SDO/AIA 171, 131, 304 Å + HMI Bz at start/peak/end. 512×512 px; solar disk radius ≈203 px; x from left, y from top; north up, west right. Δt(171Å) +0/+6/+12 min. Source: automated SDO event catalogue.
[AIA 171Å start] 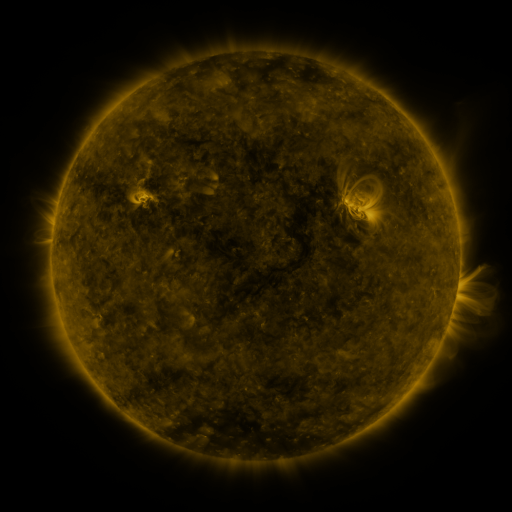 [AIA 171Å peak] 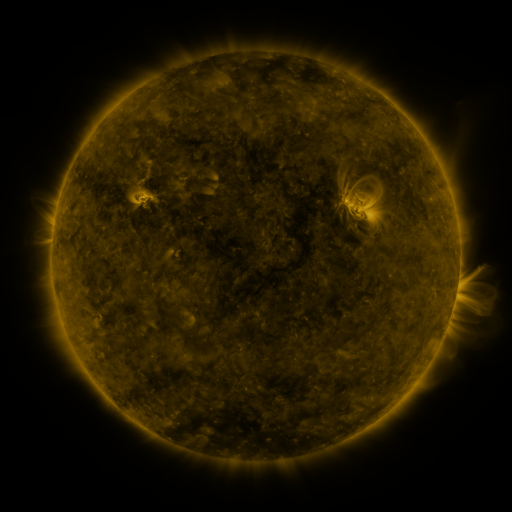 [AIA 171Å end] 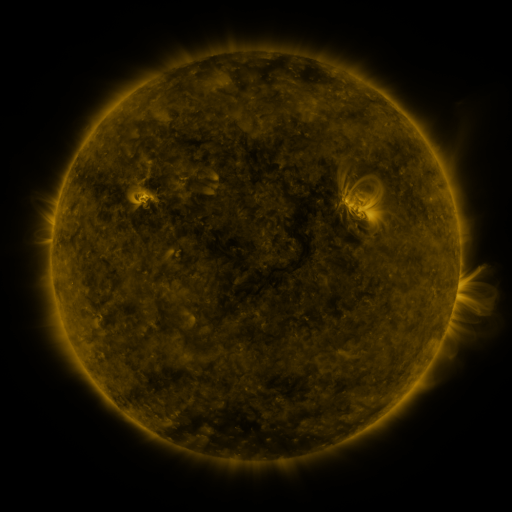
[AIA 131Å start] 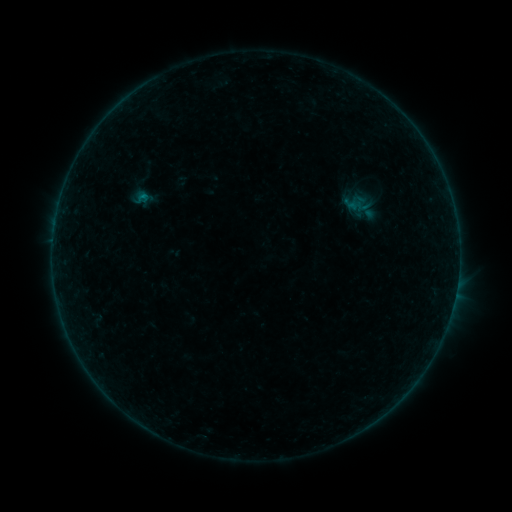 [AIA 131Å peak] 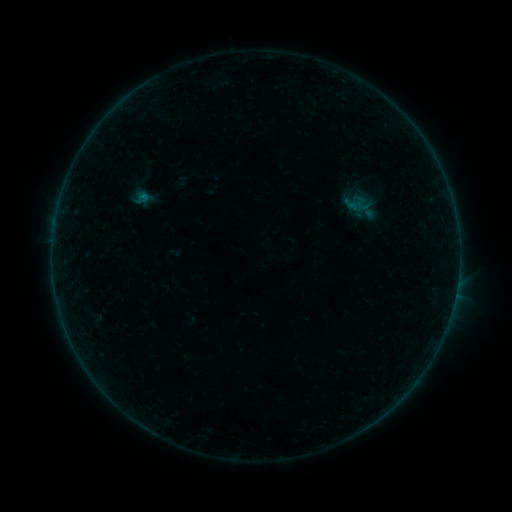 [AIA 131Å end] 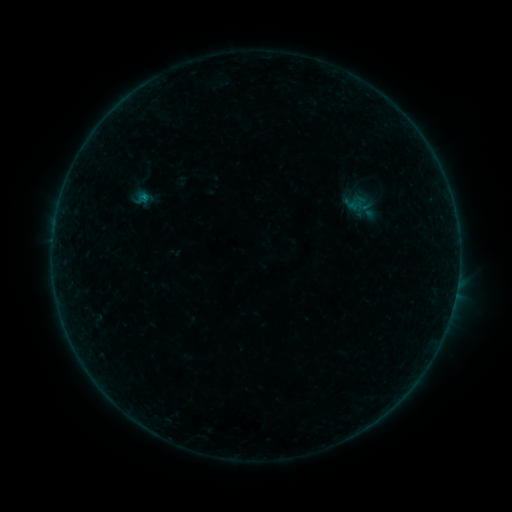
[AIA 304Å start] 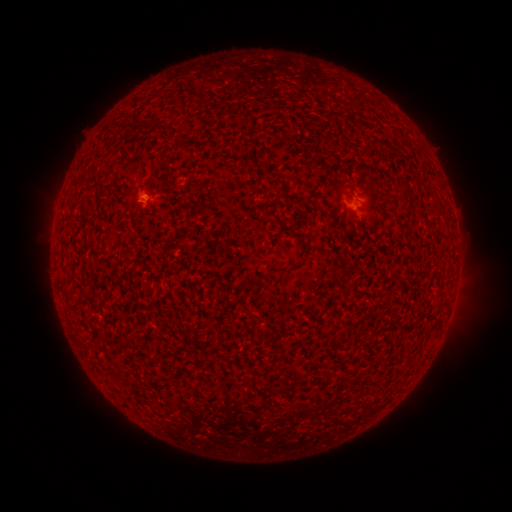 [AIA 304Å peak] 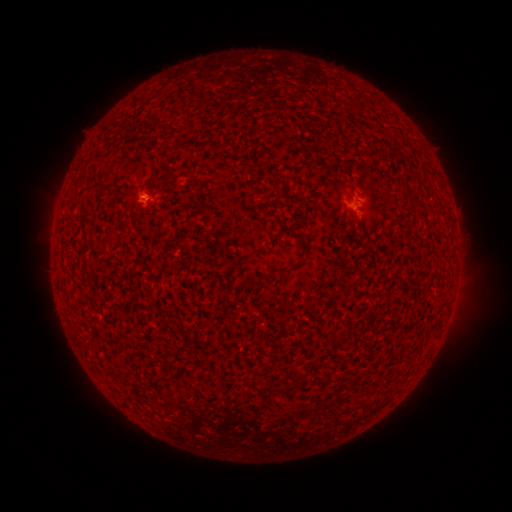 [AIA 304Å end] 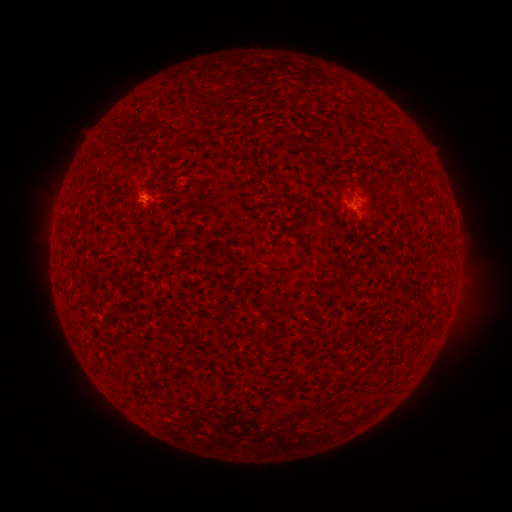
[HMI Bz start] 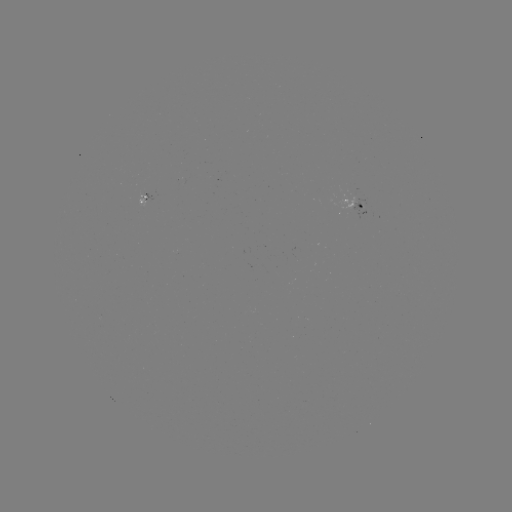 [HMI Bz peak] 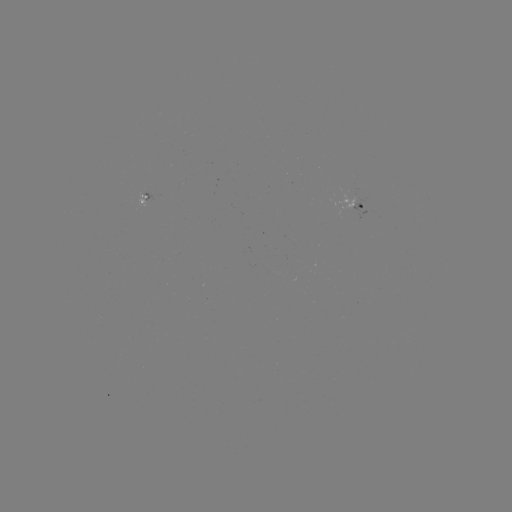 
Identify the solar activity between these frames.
B1.5 flare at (147, 199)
